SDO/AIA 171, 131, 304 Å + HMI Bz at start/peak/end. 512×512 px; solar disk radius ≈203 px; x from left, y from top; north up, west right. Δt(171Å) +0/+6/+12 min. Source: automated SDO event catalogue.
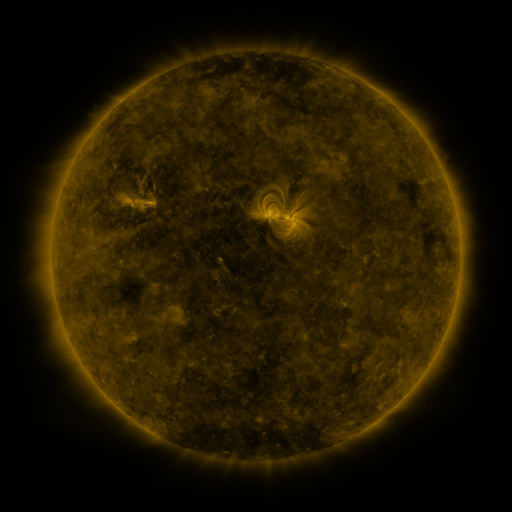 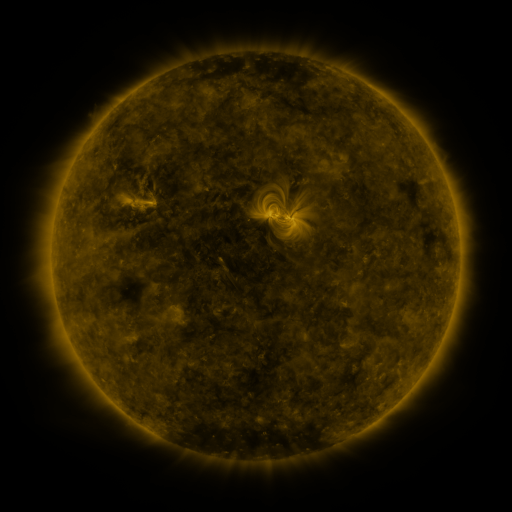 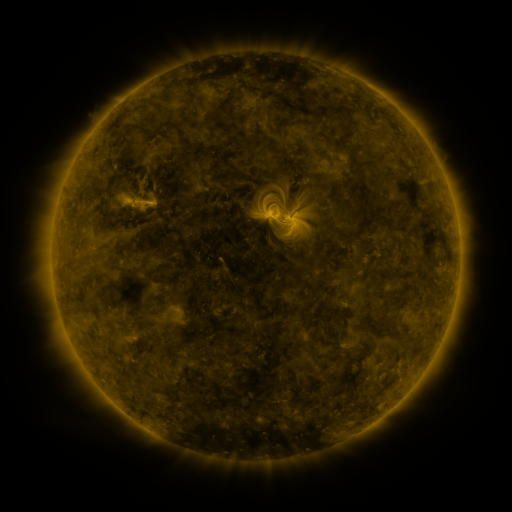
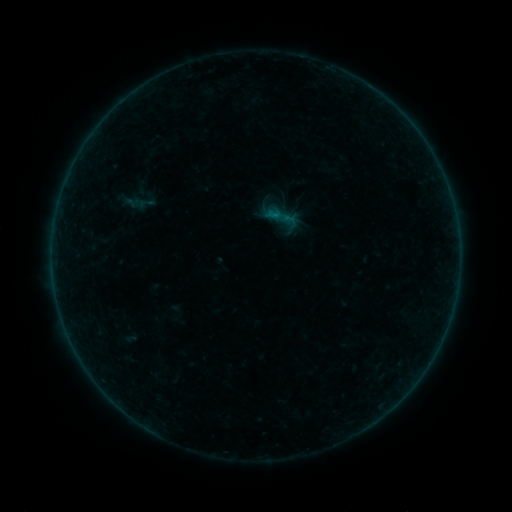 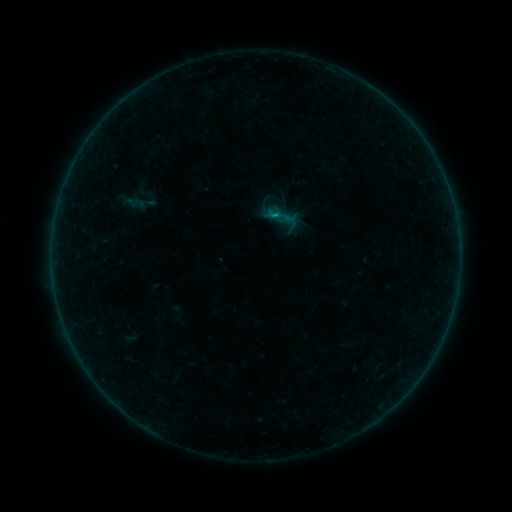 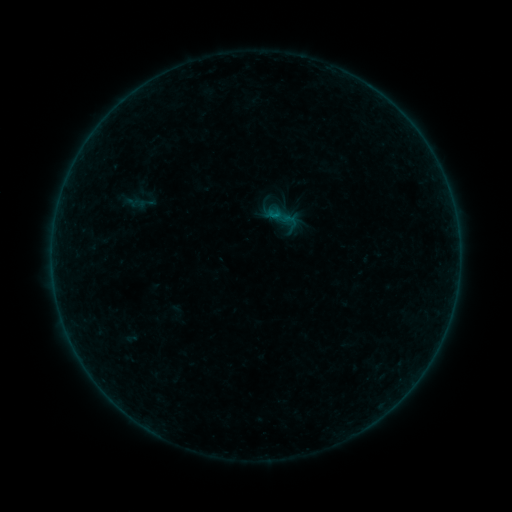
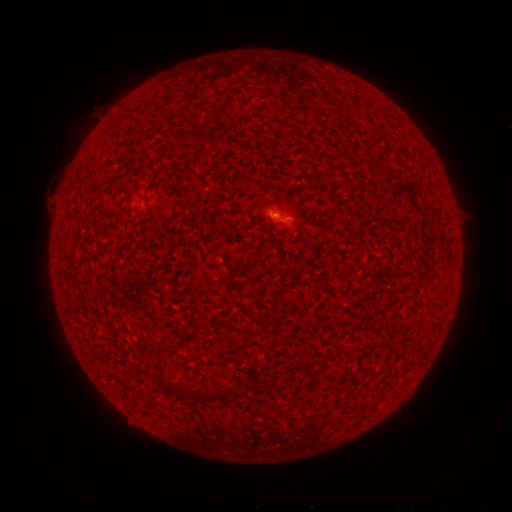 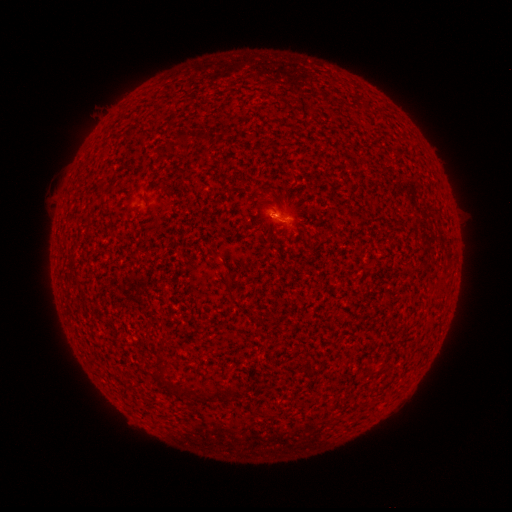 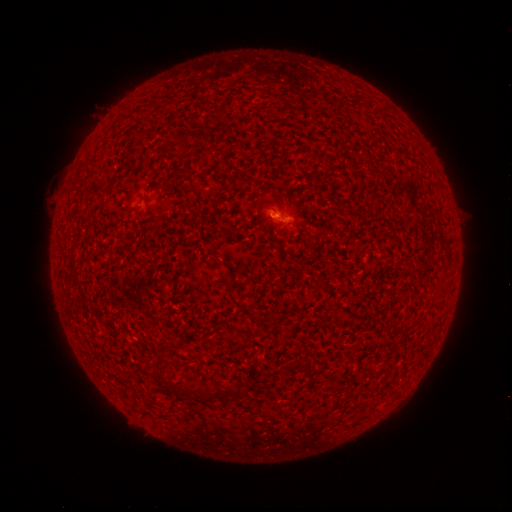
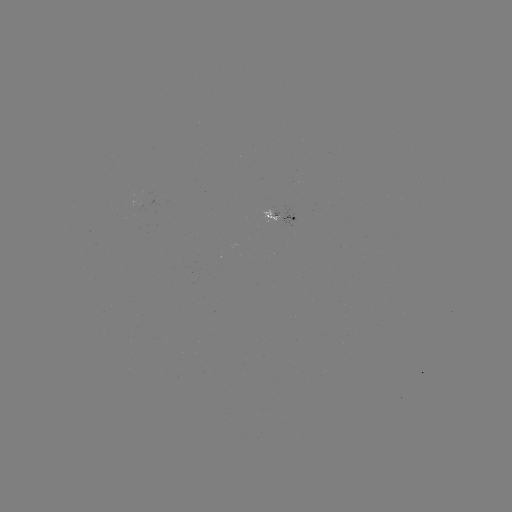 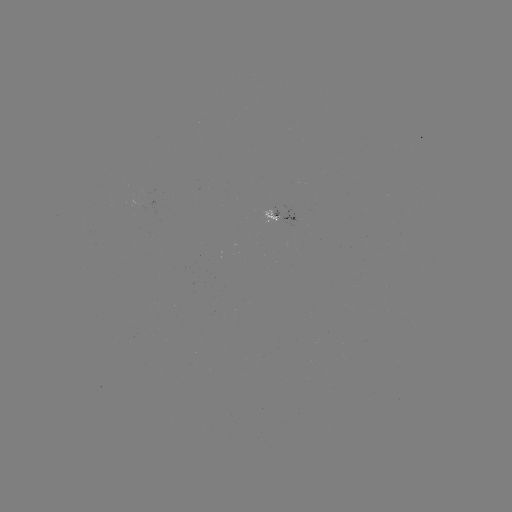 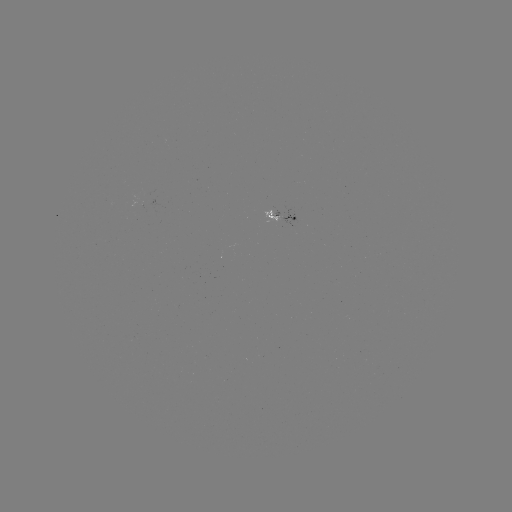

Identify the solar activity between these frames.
B1.7 flare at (273, 215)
